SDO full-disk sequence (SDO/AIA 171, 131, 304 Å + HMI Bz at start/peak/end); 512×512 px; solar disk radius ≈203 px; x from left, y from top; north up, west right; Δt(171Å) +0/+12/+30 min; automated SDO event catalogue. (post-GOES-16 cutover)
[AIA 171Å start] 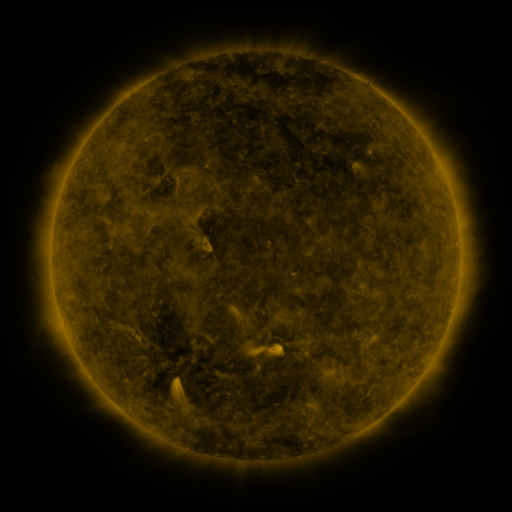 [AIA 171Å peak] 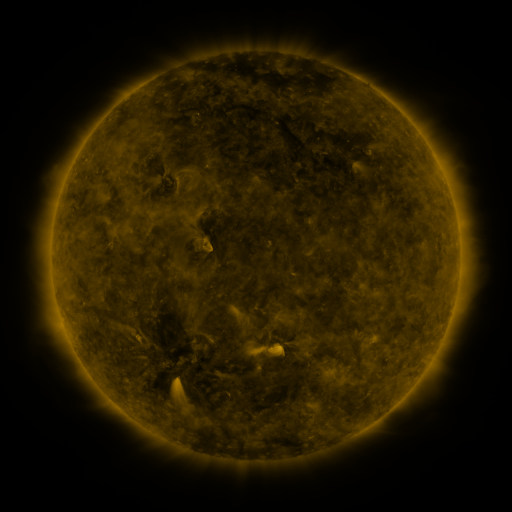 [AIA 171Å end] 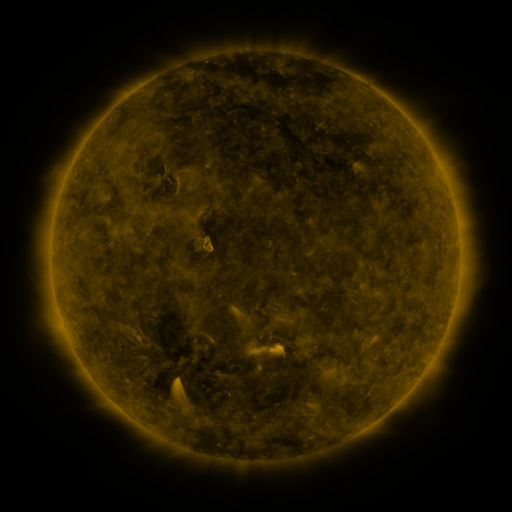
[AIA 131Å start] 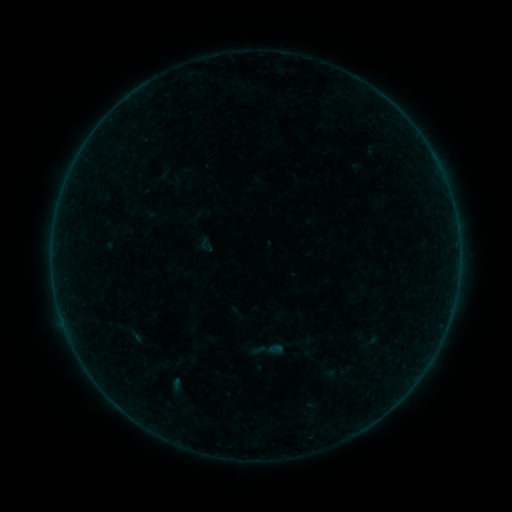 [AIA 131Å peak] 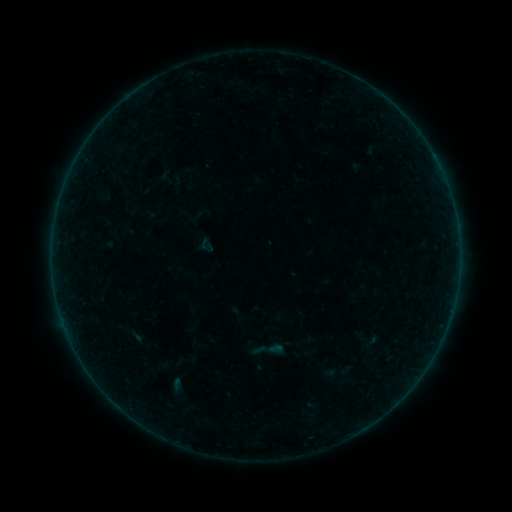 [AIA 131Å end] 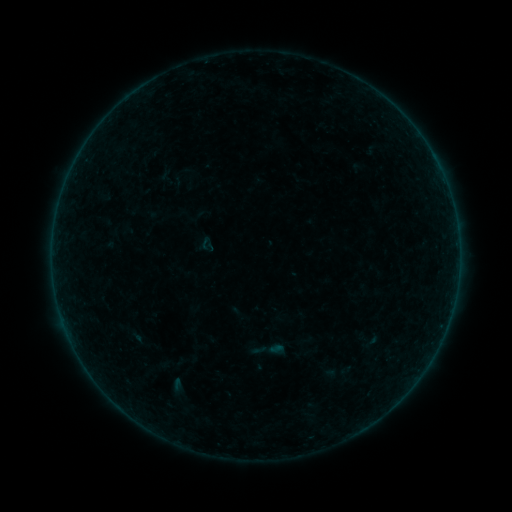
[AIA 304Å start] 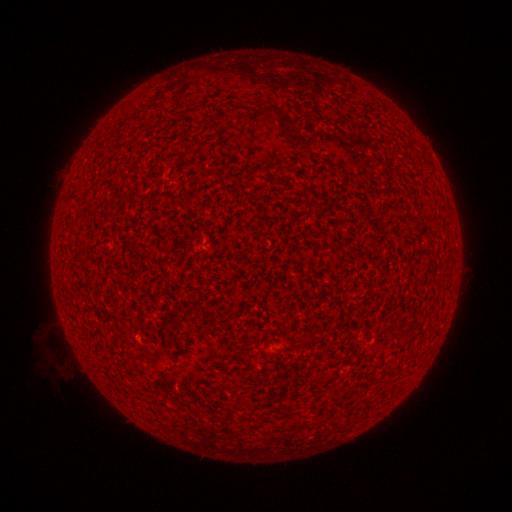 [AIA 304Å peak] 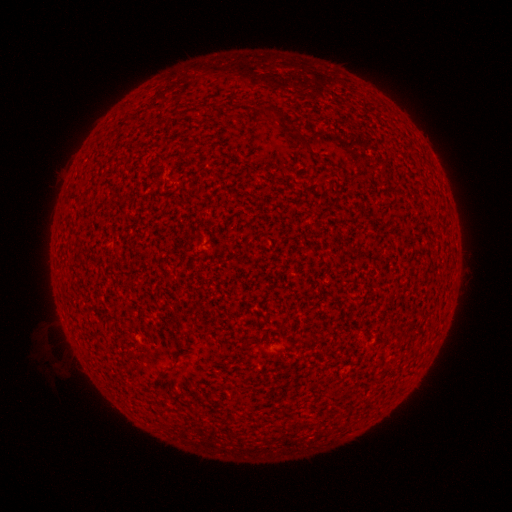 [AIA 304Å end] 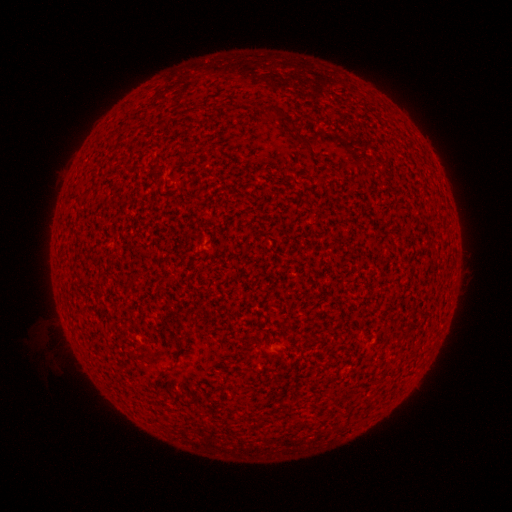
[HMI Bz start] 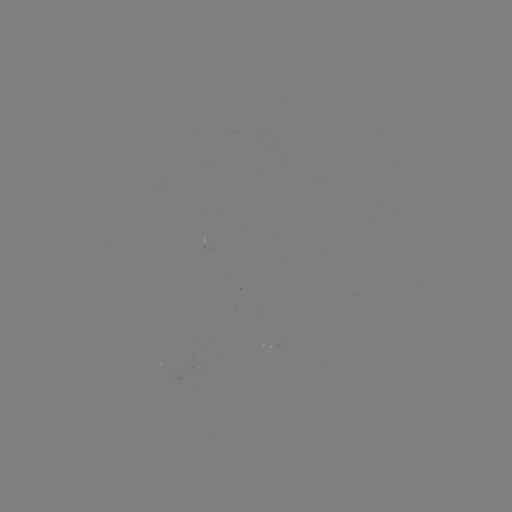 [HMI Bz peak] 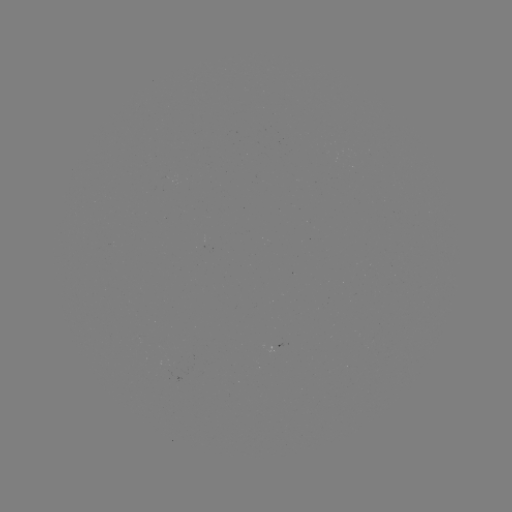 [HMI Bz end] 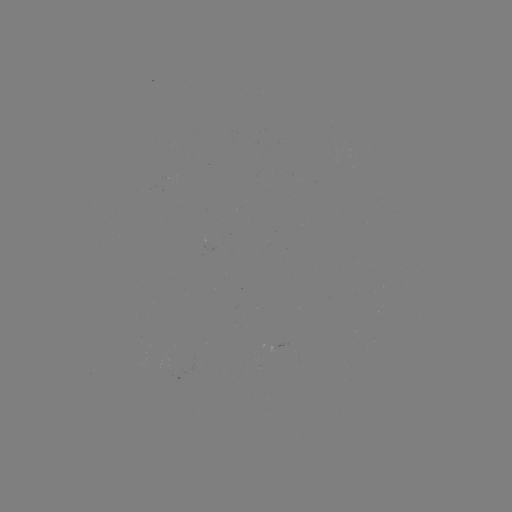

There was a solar flare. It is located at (275, 346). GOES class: A1.8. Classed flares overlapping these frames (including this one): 1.